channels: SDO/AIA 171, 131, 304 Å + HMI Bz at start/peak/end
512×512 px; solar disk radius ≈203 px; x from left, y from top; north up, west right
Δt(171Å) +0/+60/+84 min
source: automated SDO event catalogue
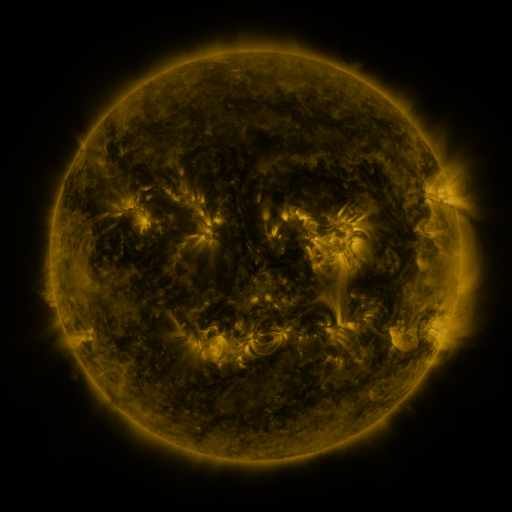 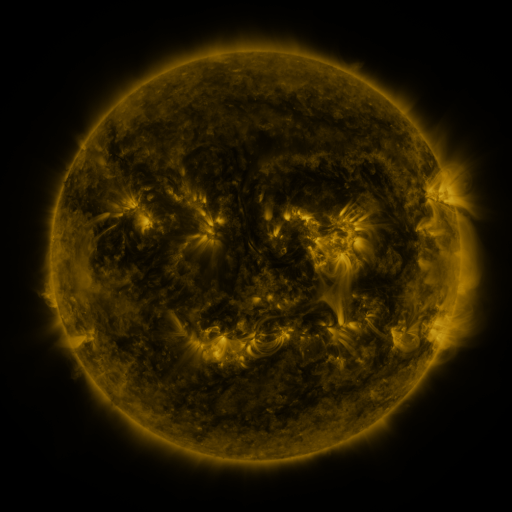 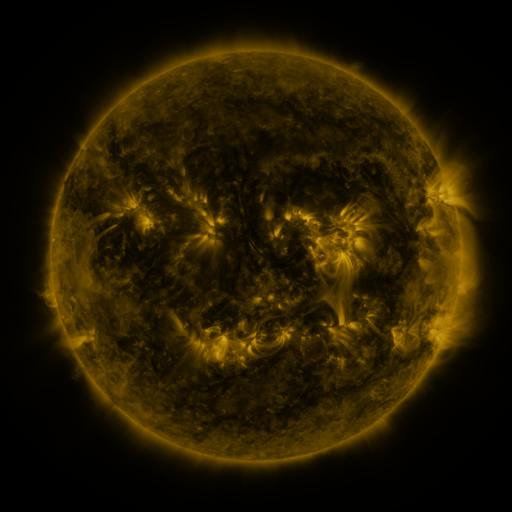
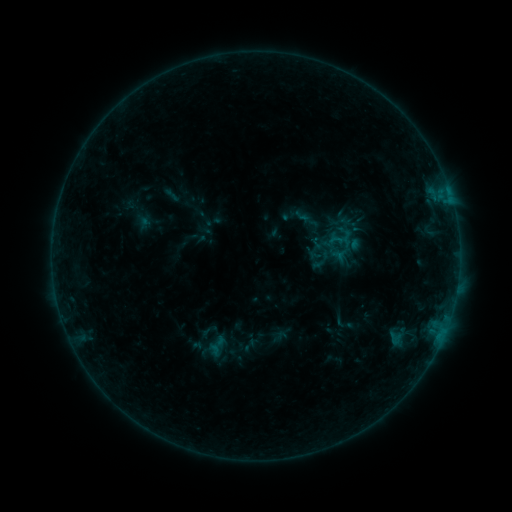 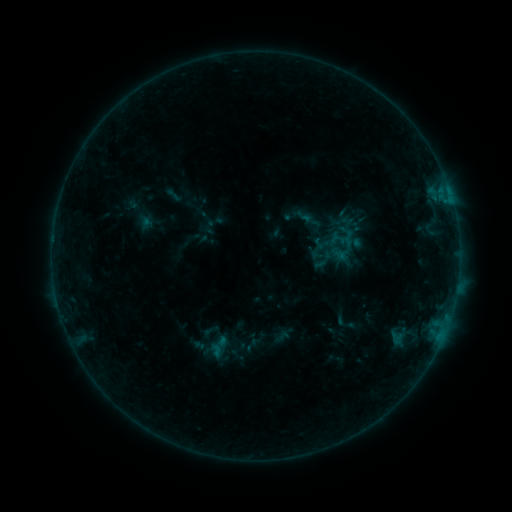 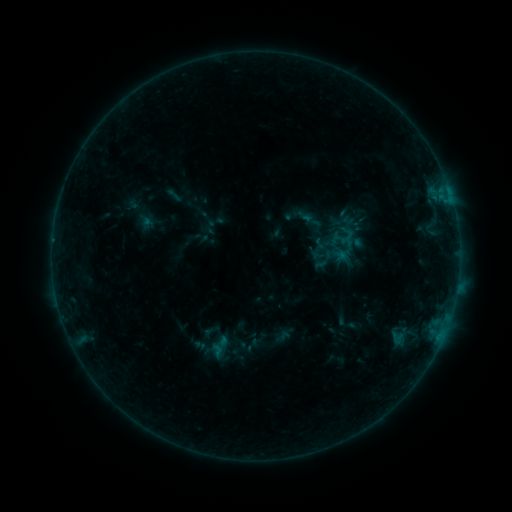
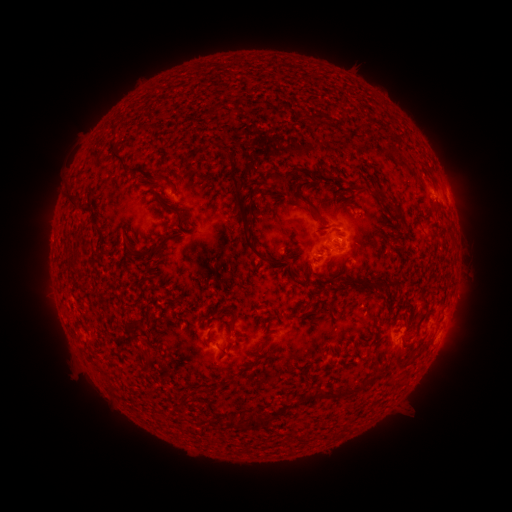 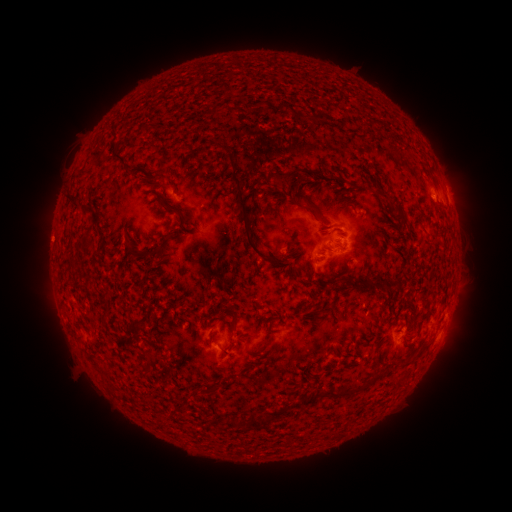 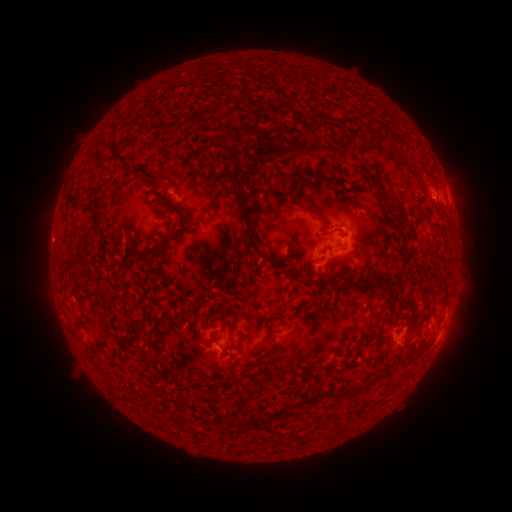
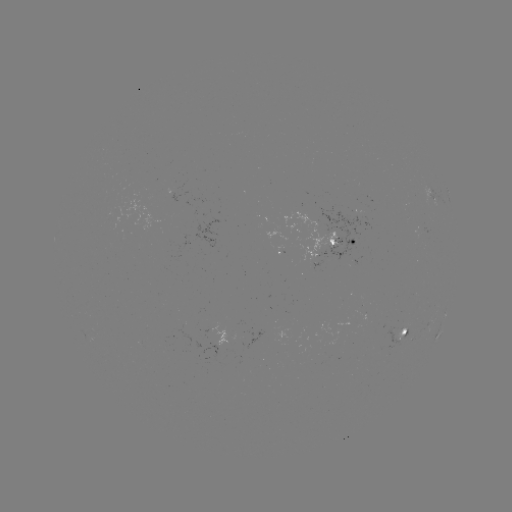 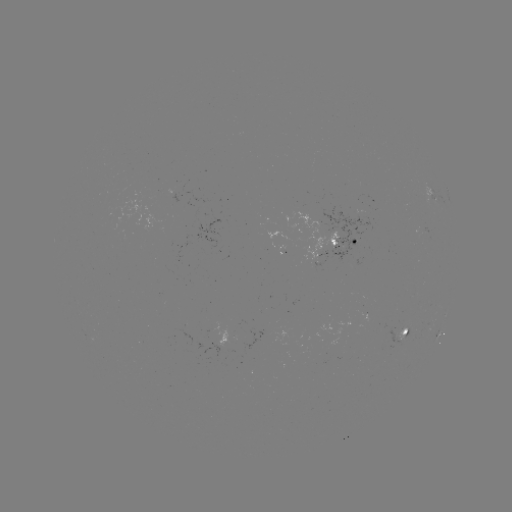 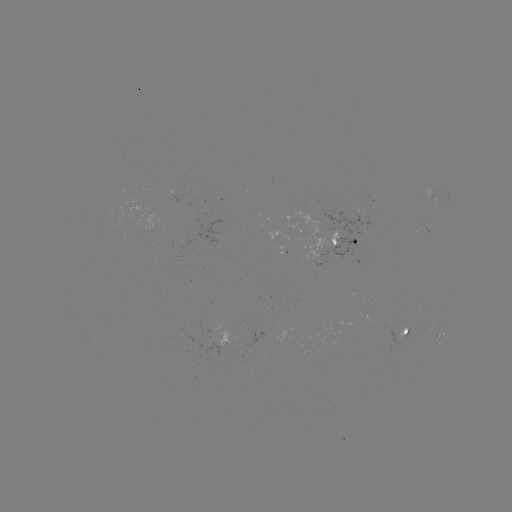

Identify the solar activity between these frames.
emerging-flux region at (423, 233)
